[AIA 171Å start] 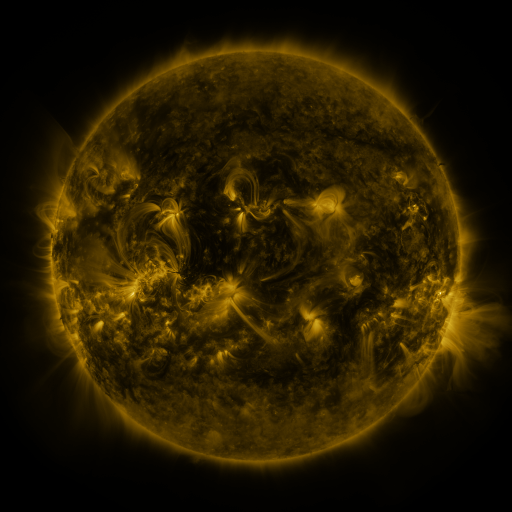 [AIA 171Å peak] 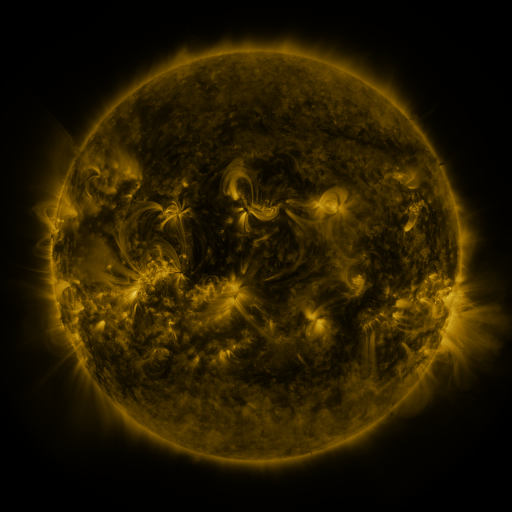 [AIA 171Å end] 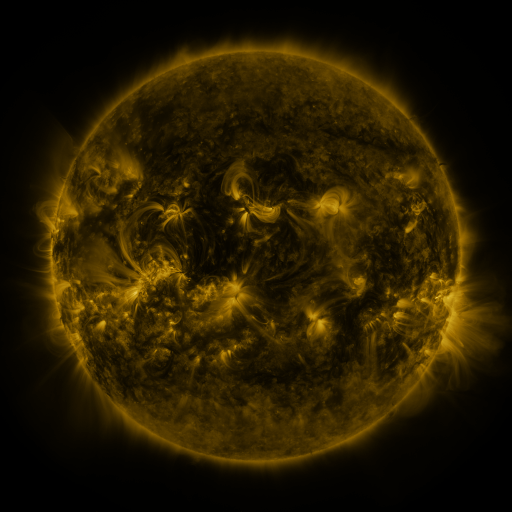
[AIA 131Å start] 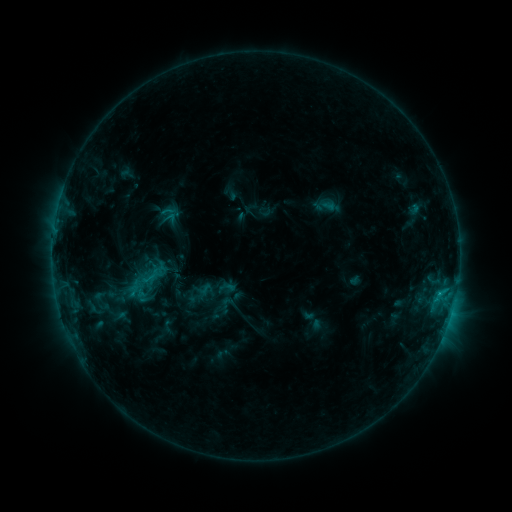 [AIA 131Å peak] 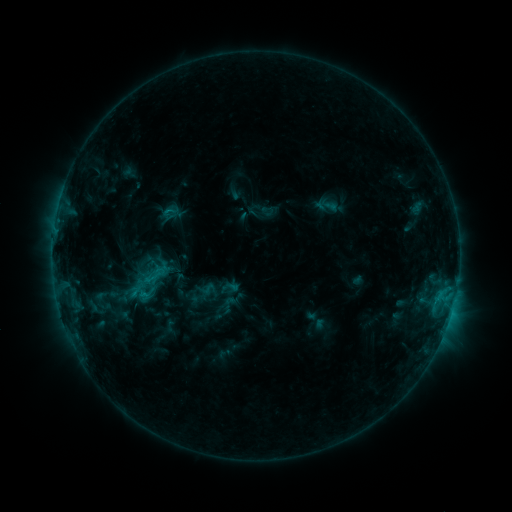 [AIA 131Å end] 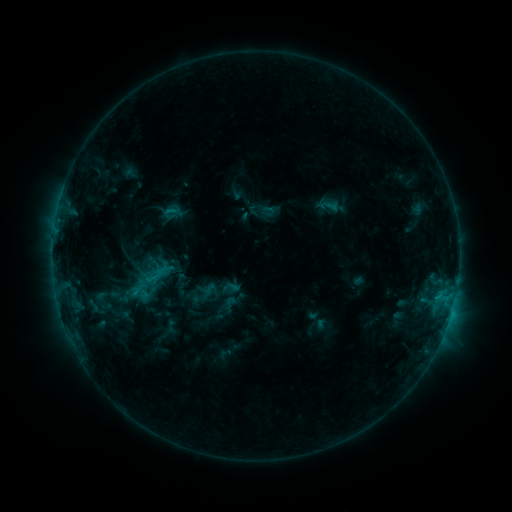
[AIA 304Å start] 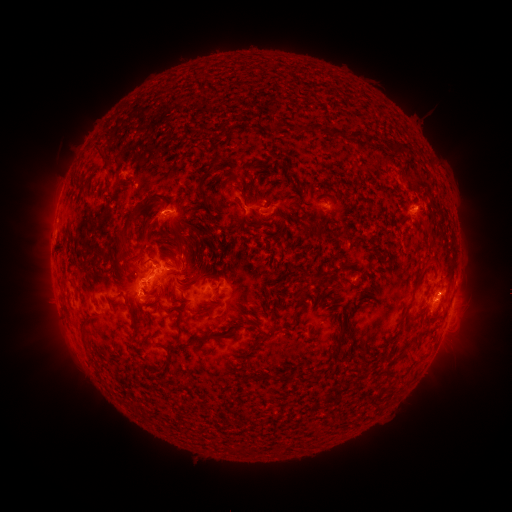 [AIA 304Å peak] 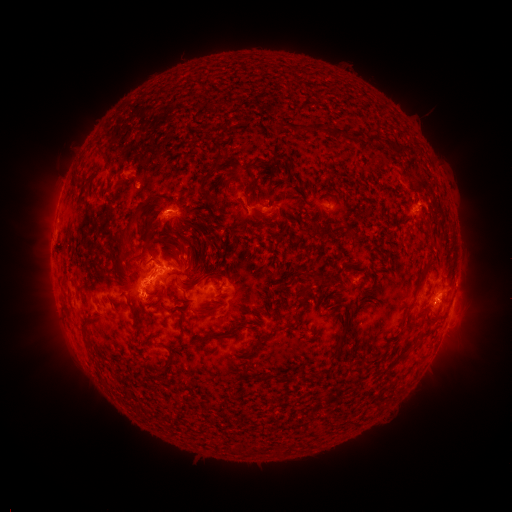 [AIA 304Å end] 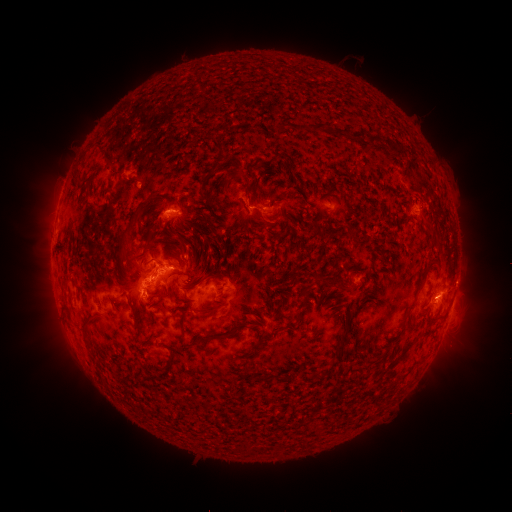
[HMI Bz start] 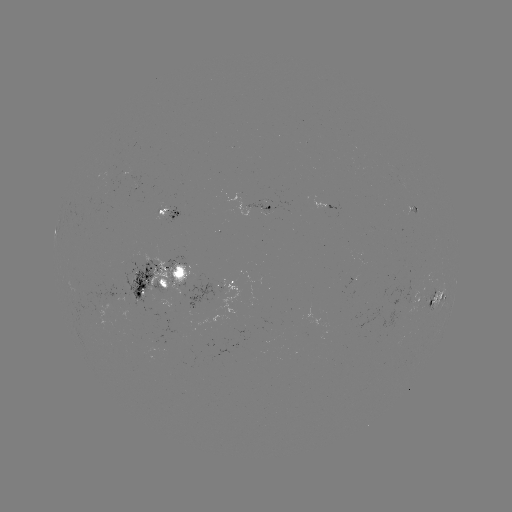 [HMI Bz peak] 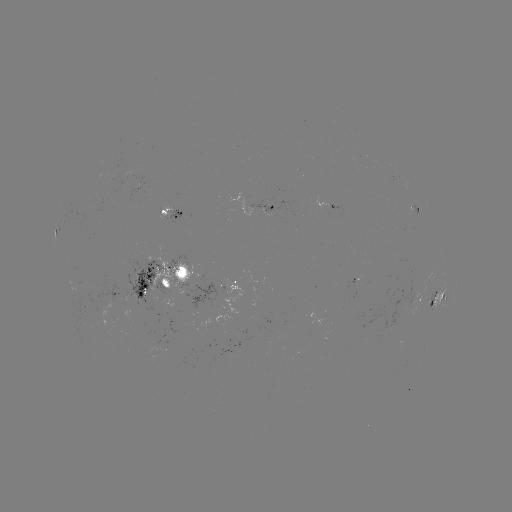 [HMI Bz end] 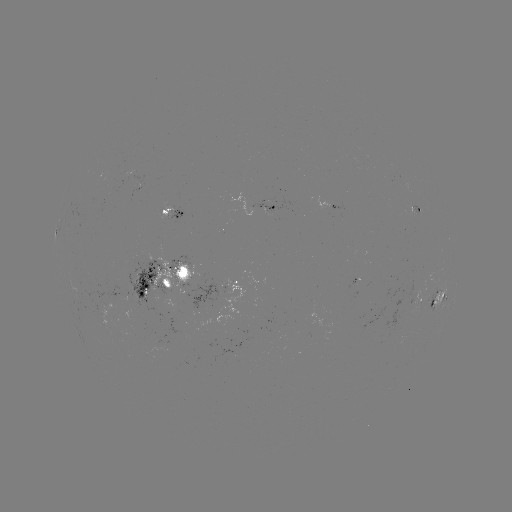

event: emerging-flux region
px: (140, 281)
